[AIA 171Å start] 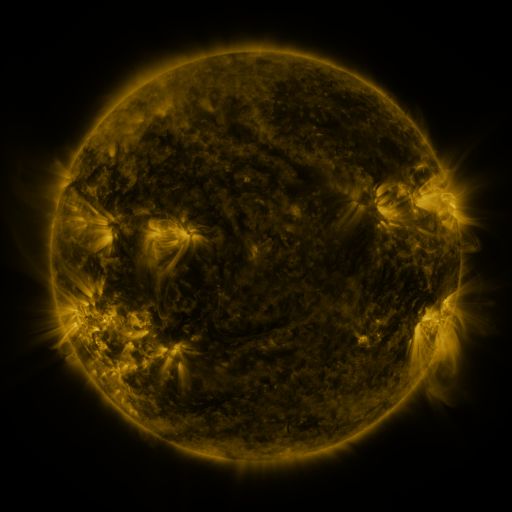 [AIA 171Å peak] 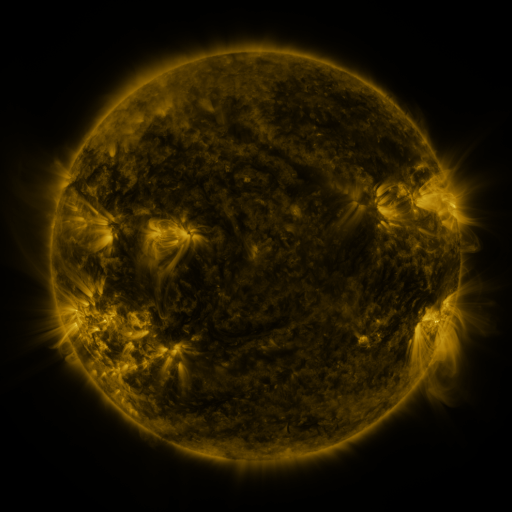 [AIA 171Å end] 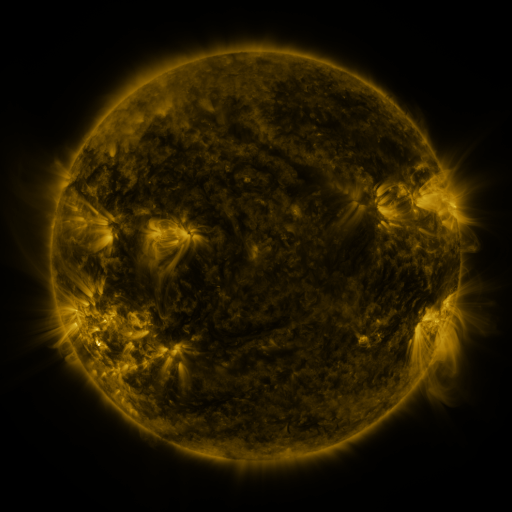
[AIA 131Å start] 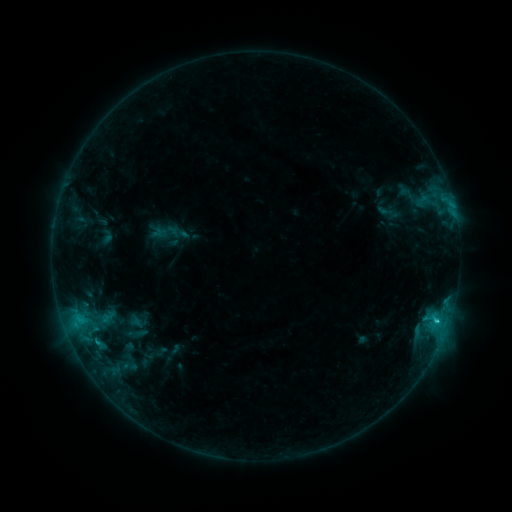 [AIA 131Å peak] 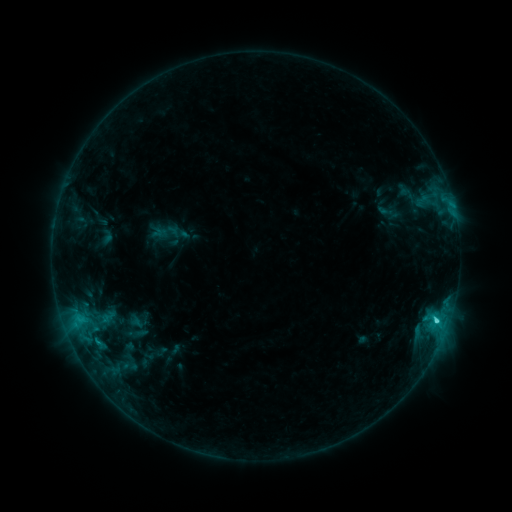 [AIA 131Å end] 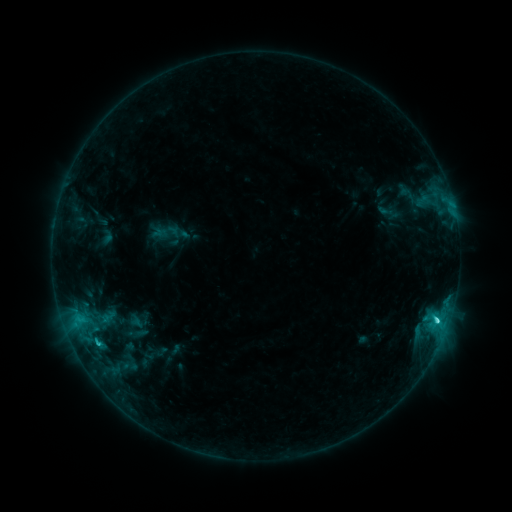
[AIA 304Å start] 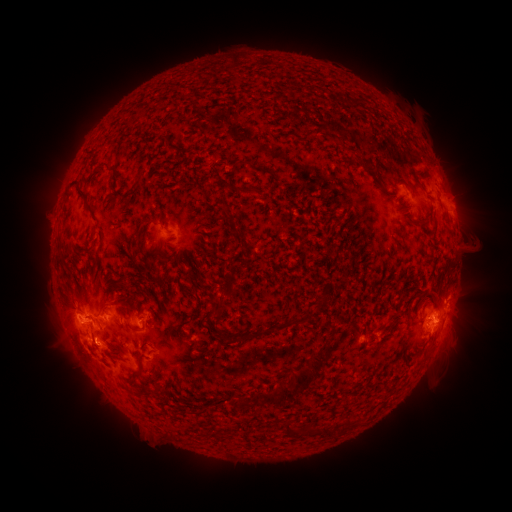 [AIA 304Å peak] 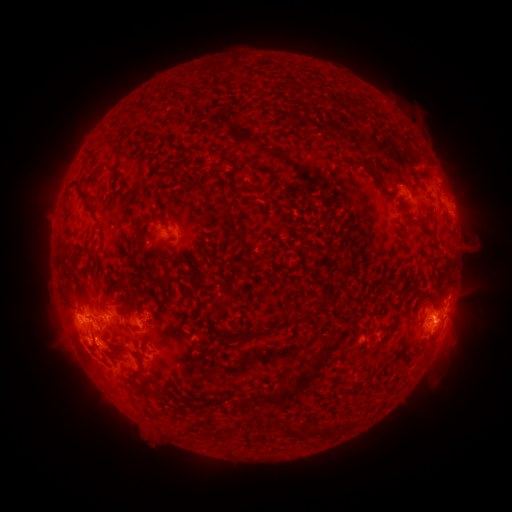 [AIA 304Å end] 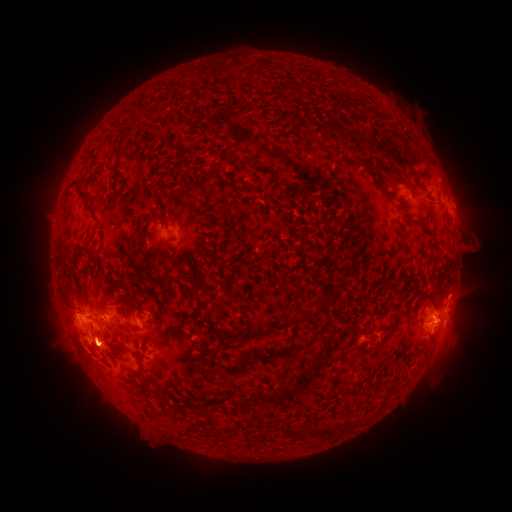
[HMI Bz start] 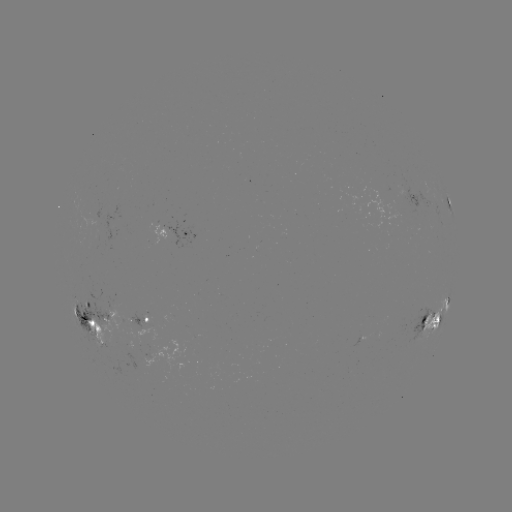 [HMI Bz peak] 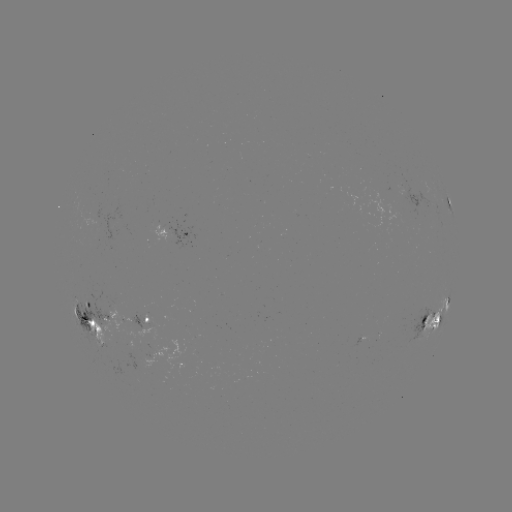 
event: flare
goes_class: C3.6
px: (436, 320)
